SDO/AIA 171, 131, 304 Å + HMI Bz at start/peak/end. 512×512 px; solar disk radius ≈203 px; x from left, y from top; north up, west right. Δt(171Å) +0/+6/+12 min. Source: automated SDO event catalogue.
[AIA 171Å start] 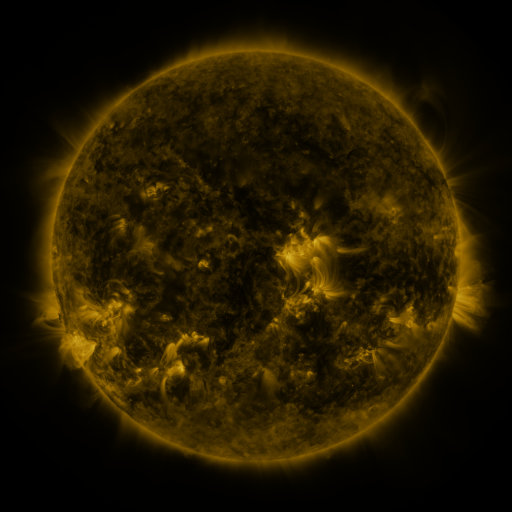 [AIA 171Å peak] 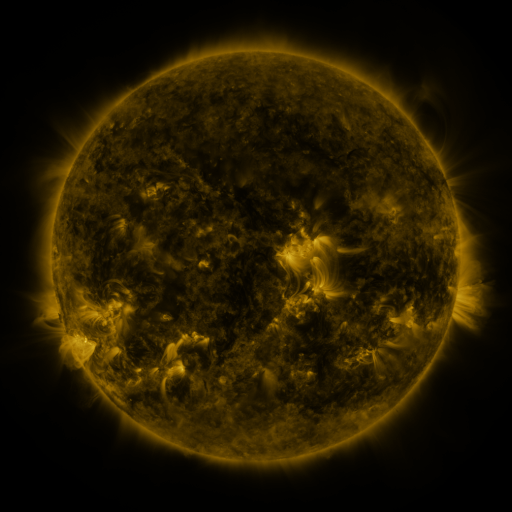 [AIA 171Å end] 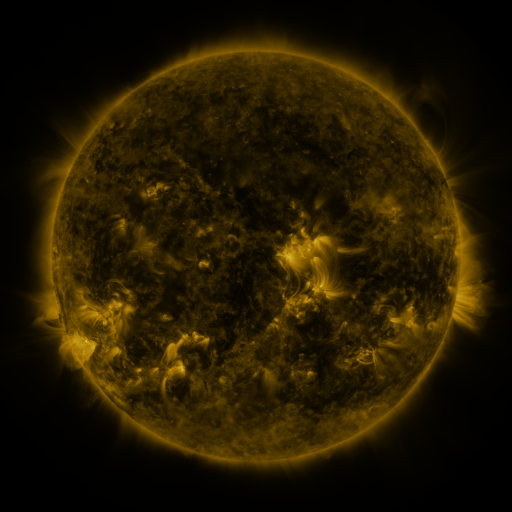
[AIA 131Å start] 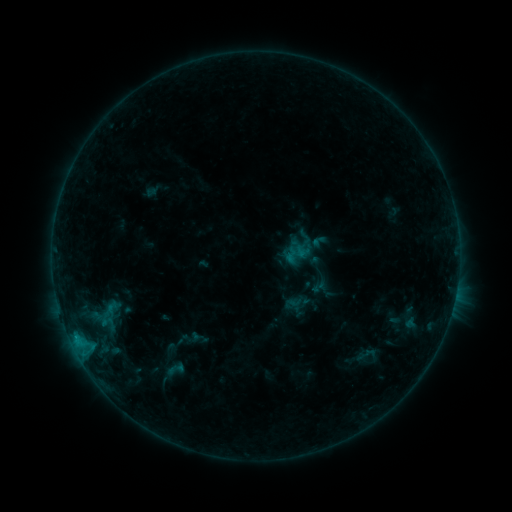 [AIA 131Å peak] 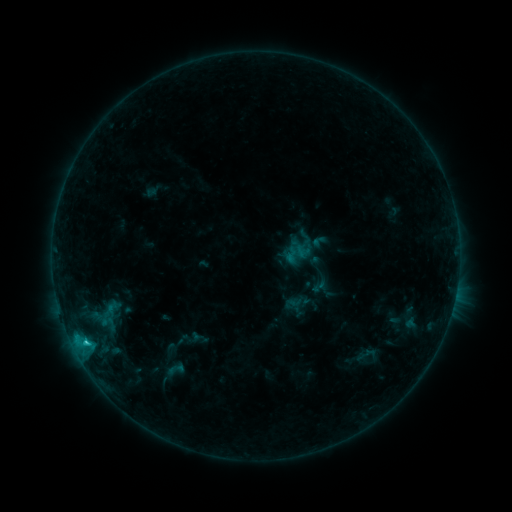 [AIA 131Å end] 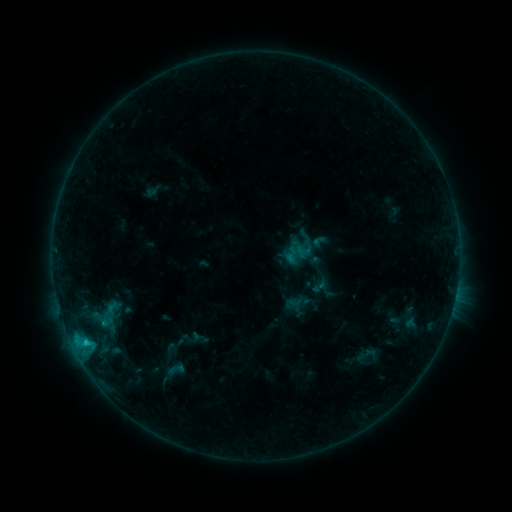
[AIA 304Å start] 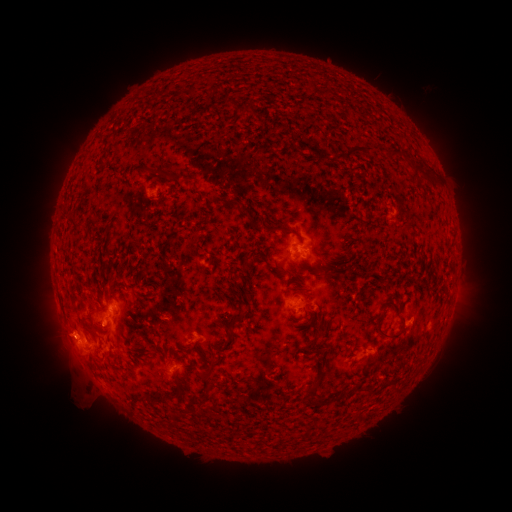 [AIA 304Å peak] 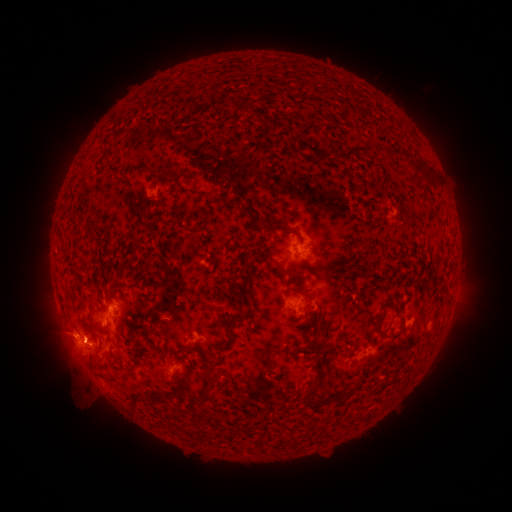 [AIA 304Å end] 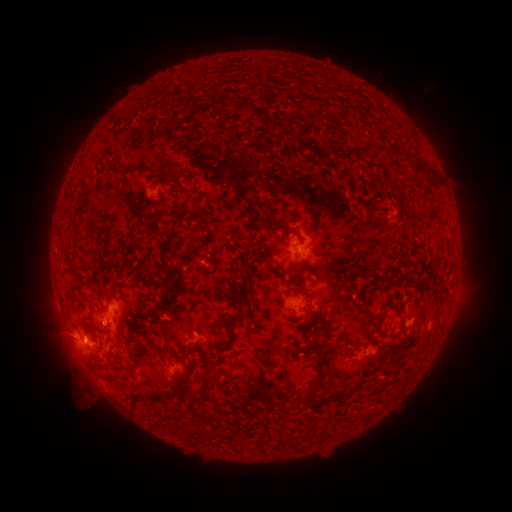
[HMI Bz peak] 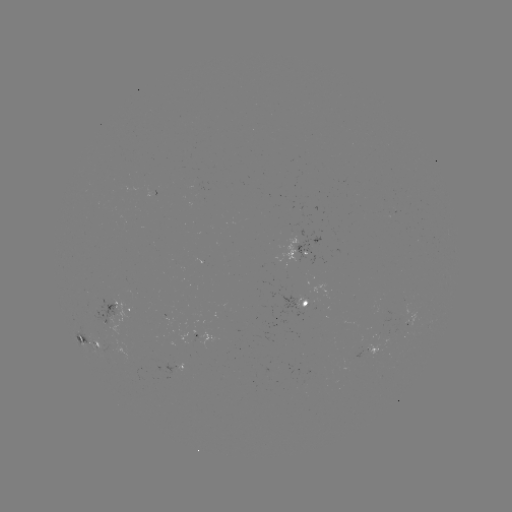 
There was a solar flare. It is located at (86, 340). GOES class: C1.0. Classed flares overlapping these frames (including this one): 1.